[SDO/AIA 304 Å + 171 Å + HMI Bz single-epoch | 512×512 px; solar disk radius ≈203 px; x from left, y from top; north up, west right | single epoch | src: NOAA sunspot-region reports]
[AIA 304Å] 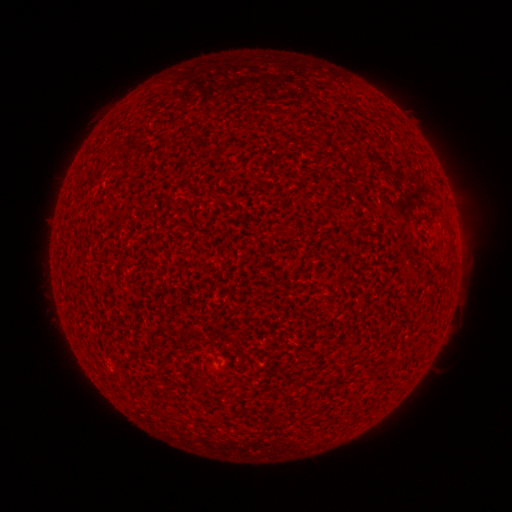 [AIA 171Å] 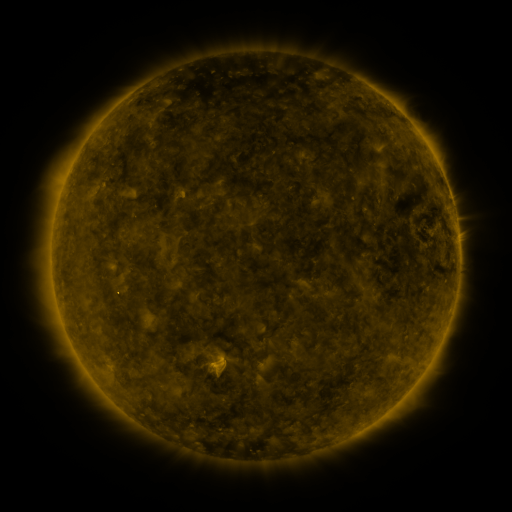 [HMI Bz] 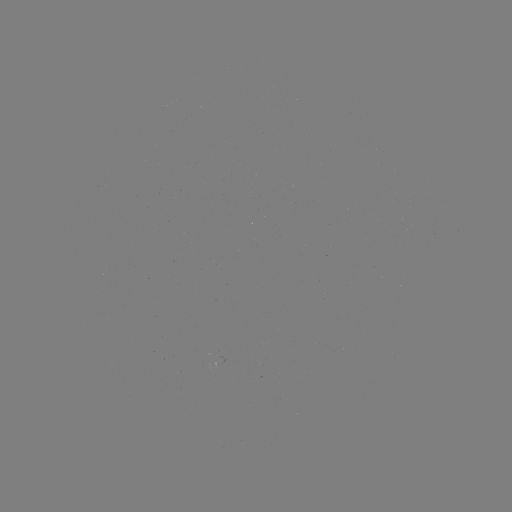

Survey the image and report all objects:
(none)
